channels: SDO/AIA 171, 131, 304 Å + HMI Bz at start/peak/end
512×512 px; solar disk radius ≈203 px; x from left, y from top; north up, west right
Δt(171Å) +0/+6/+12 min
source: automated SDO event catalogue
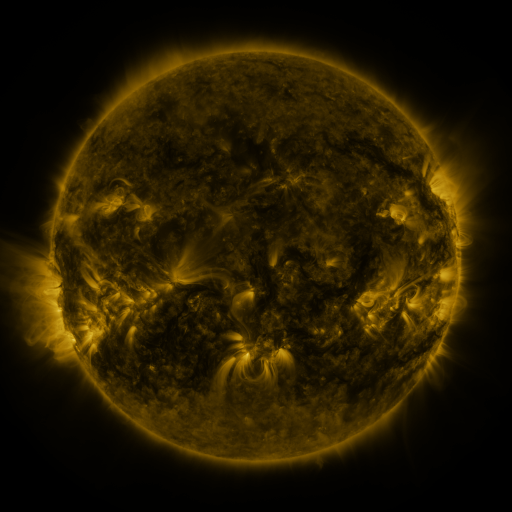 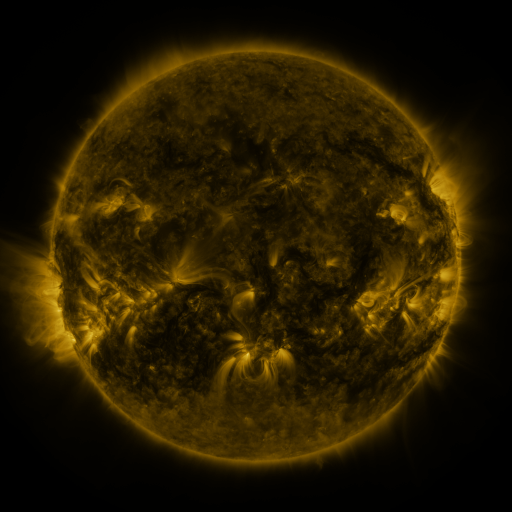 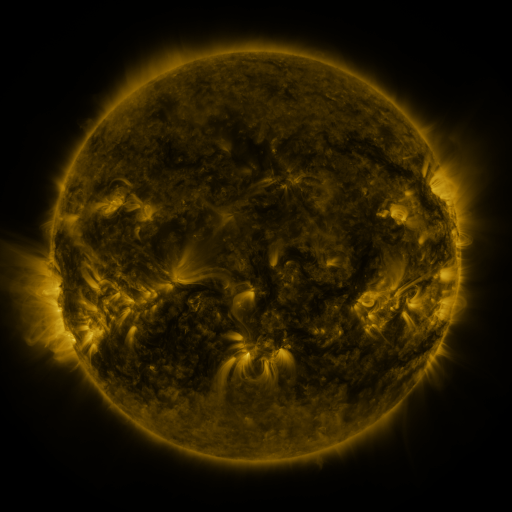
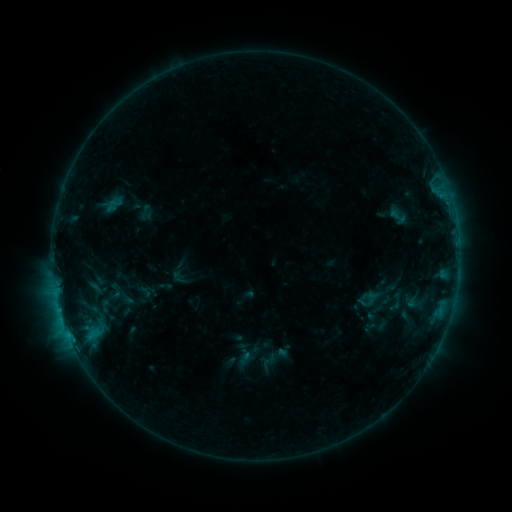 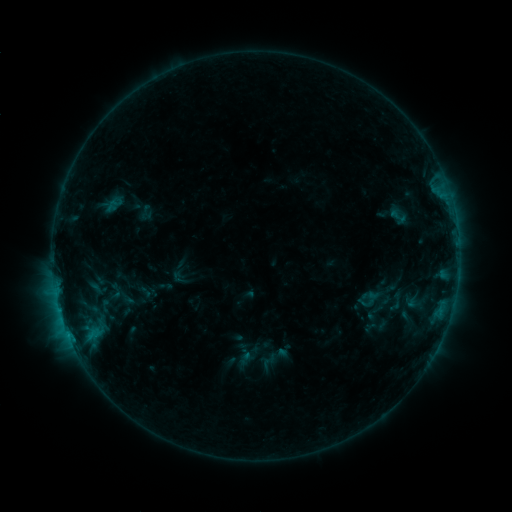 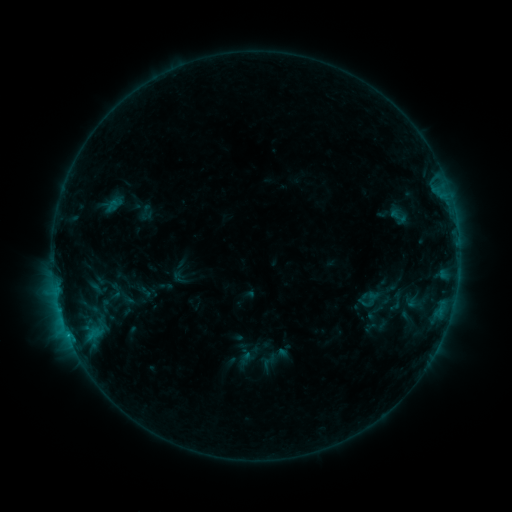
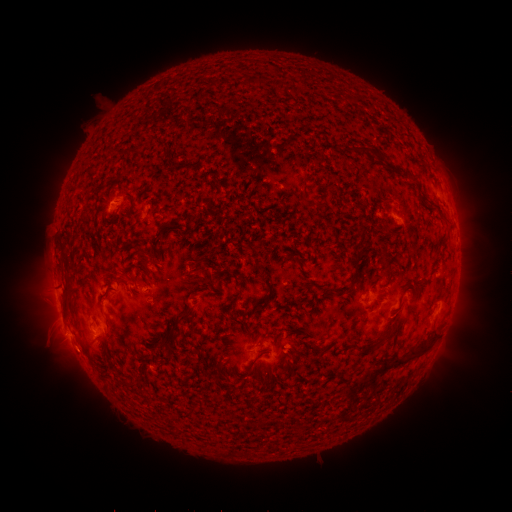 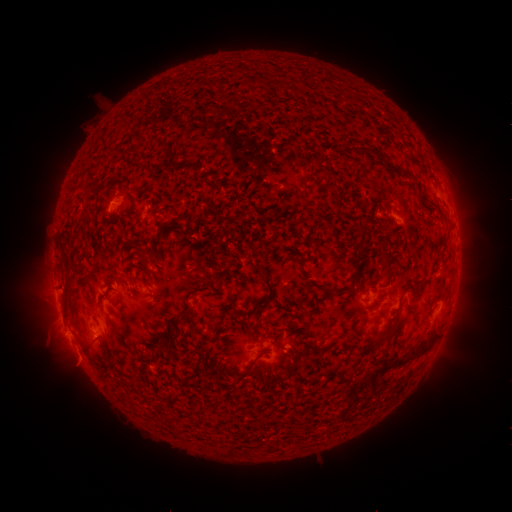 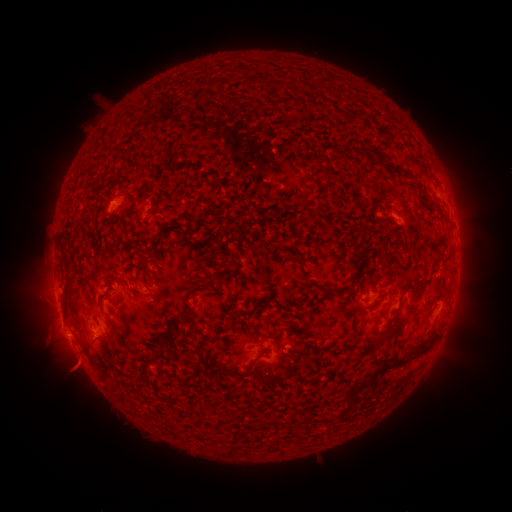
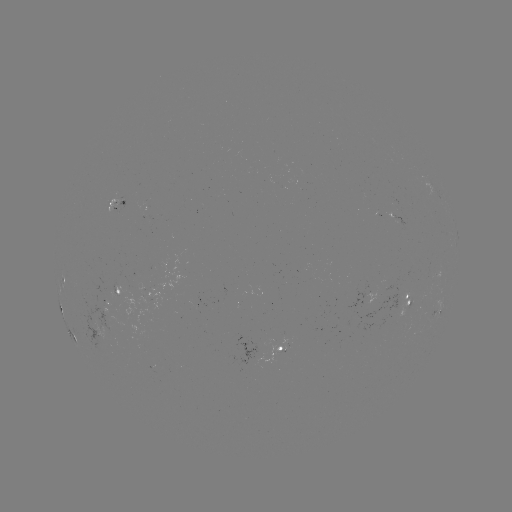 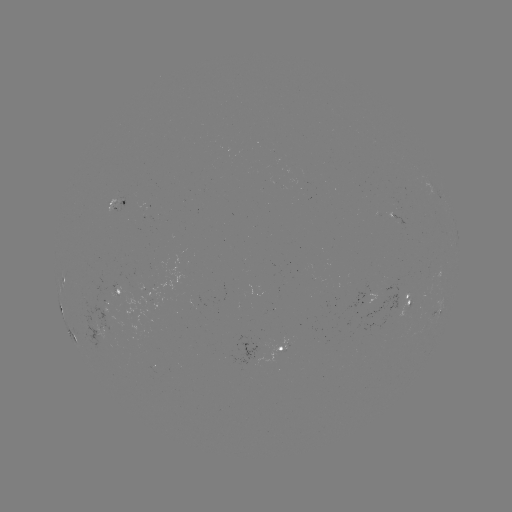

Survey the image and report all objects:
eruption: (76, 360)
